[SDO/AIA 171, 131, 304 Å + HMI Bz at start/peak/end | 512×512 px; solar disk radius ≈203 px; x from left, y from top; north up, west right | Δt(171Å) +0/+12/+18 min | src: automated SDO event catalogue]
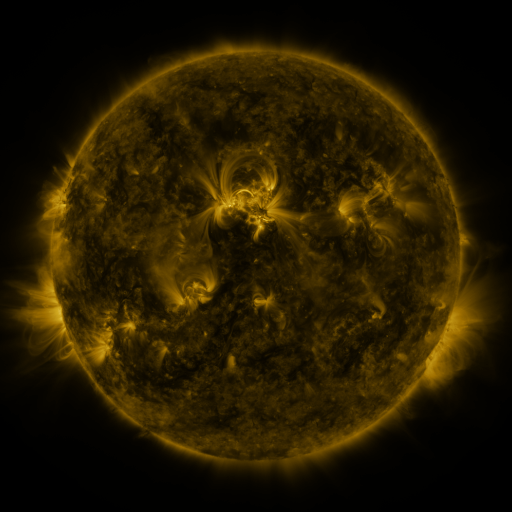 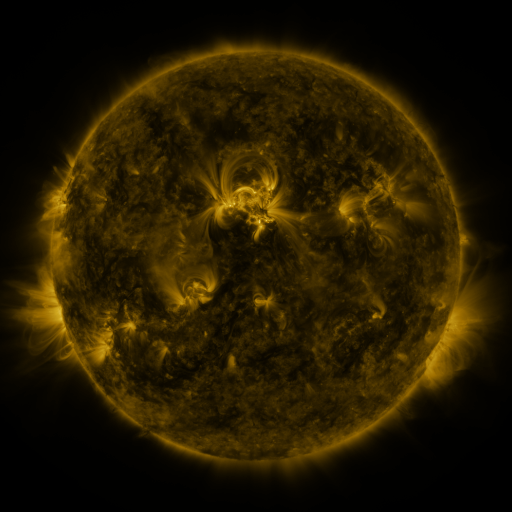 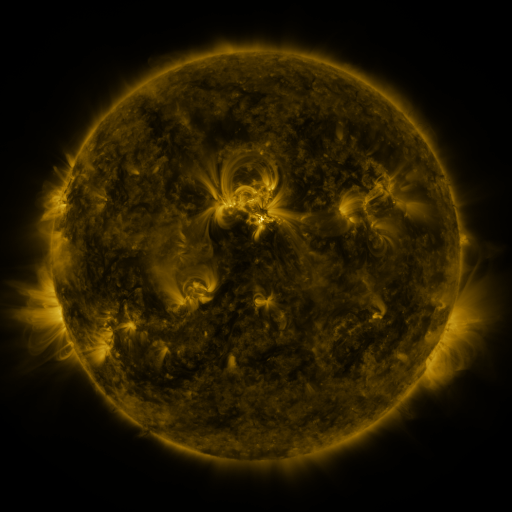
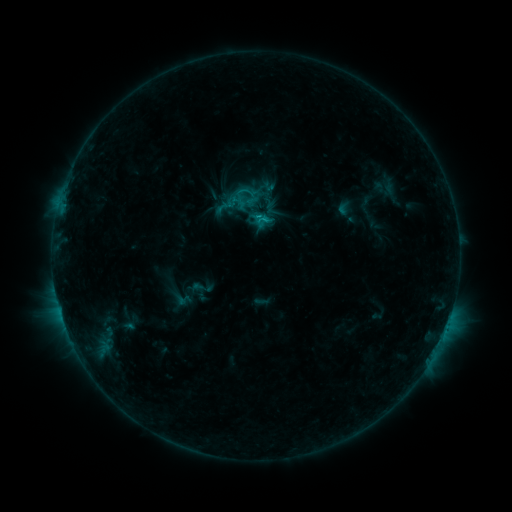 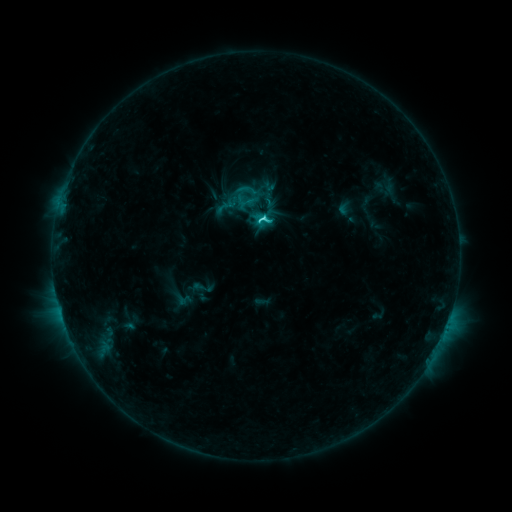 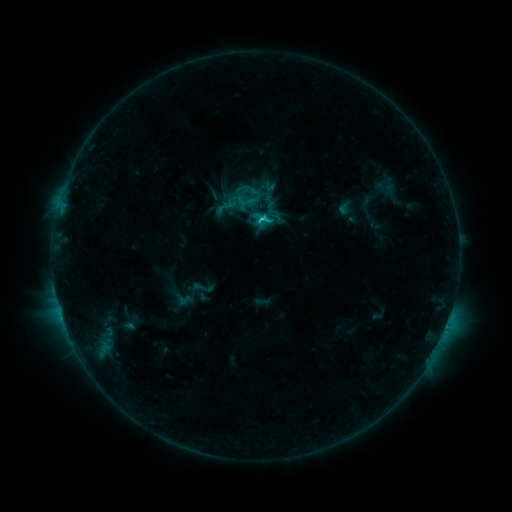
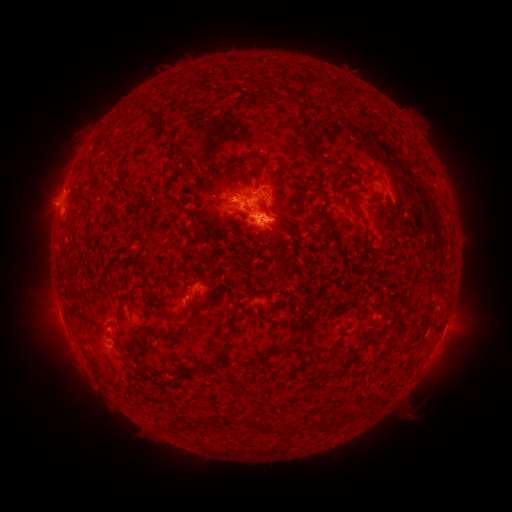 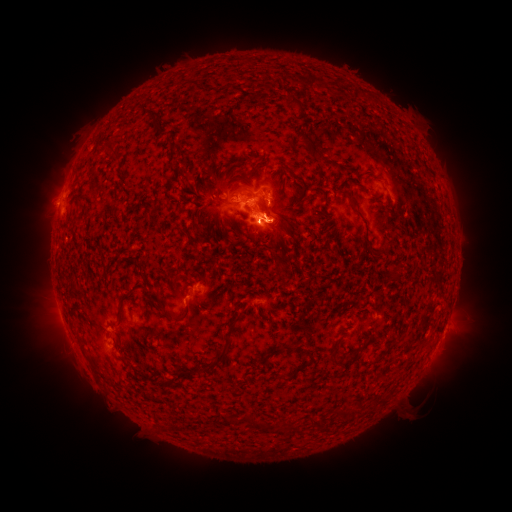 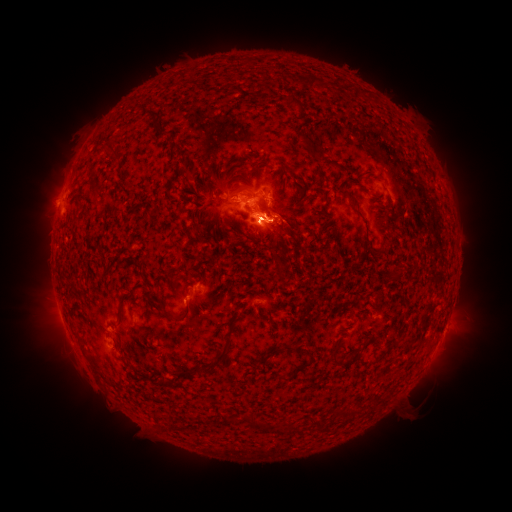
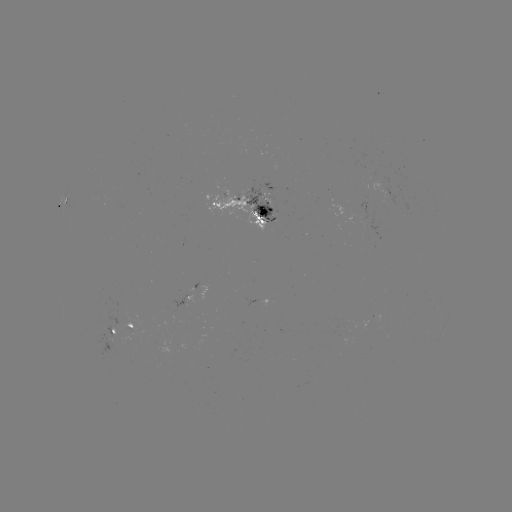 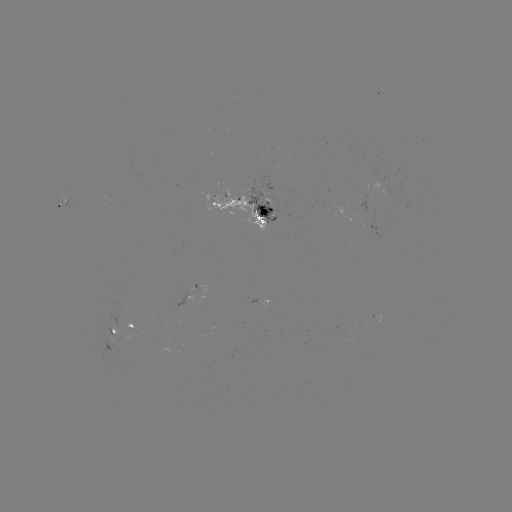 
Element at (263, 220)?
C2.3 flare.